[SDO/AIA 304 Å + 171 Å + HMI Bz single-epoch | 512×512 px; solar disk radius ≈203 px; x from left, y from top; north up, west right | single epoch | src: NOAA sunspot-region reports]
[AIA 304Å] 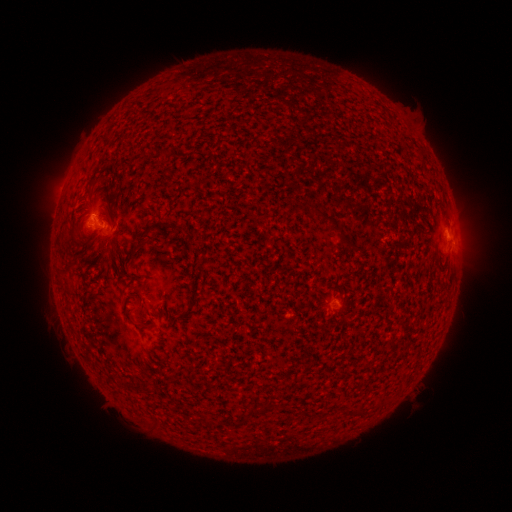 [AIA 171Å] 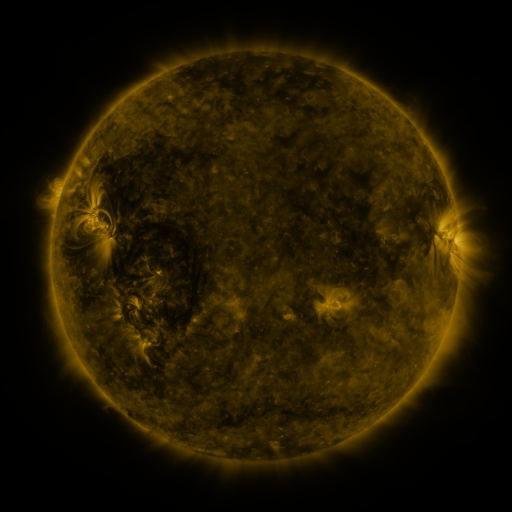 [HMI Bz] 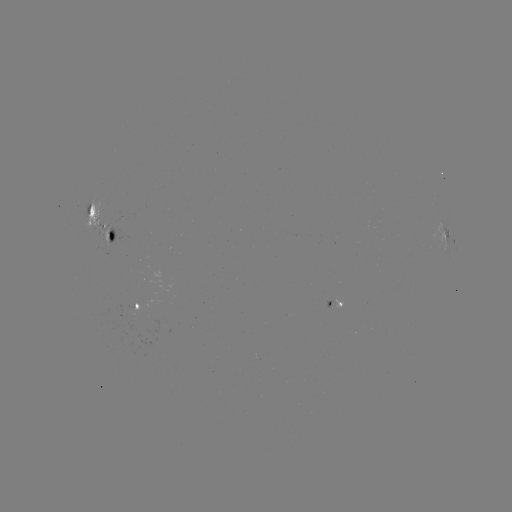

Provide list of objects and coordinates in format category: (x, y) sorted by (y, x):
spotted active region: (97, 225)
spotted active region: (445, 240)
spotted active region: (338, 303)
spotted active region: (137, 304)
